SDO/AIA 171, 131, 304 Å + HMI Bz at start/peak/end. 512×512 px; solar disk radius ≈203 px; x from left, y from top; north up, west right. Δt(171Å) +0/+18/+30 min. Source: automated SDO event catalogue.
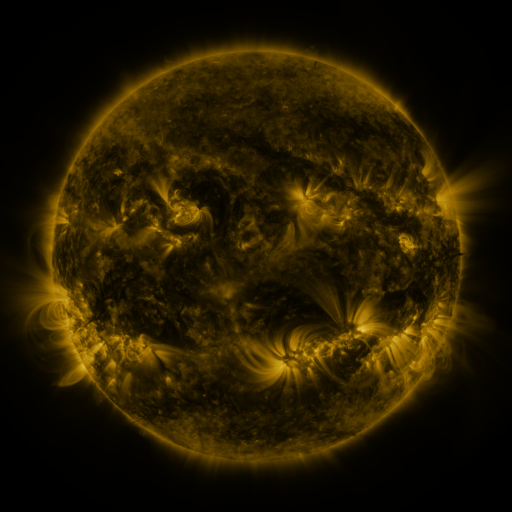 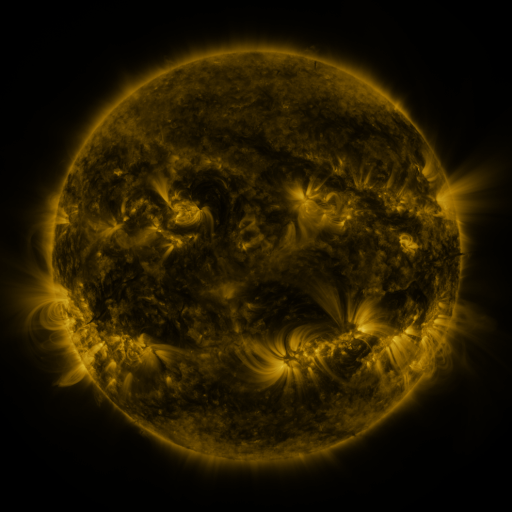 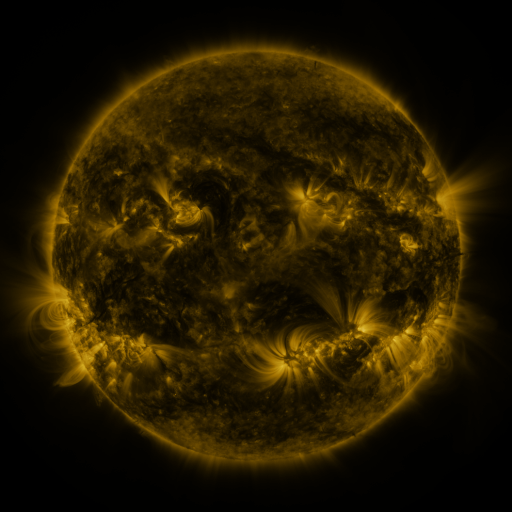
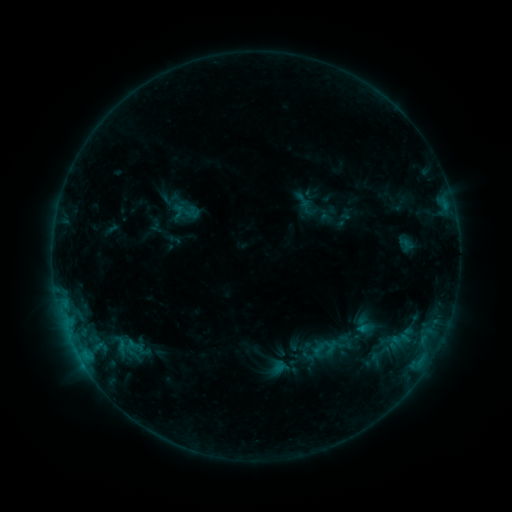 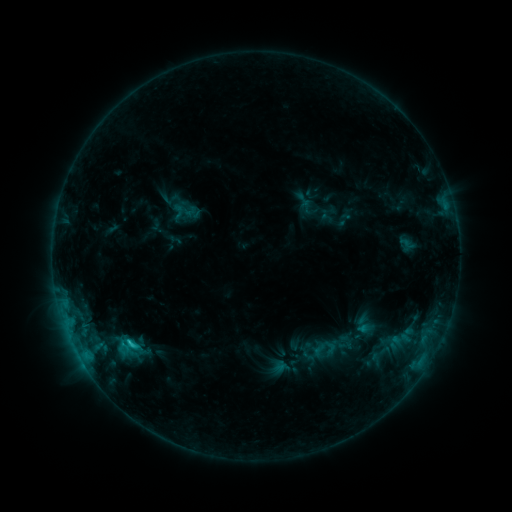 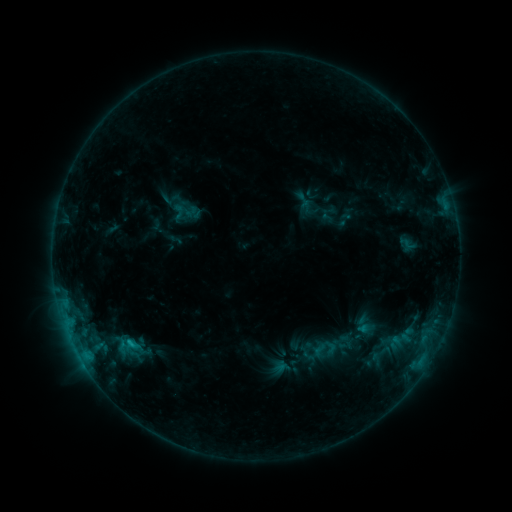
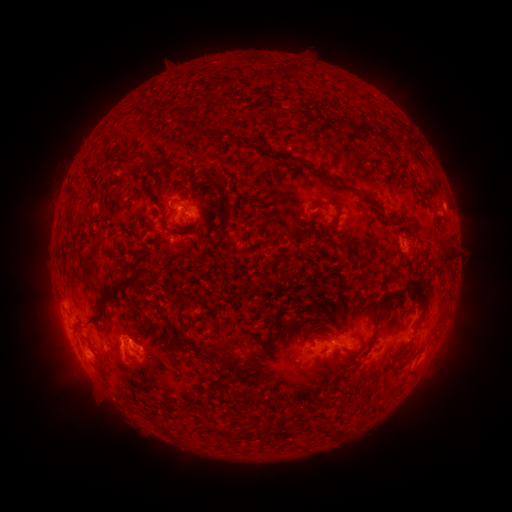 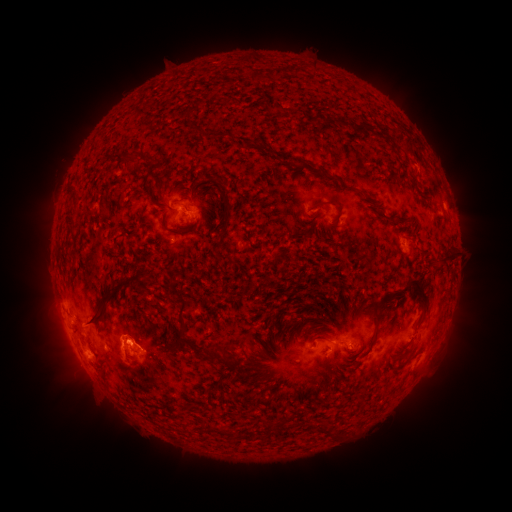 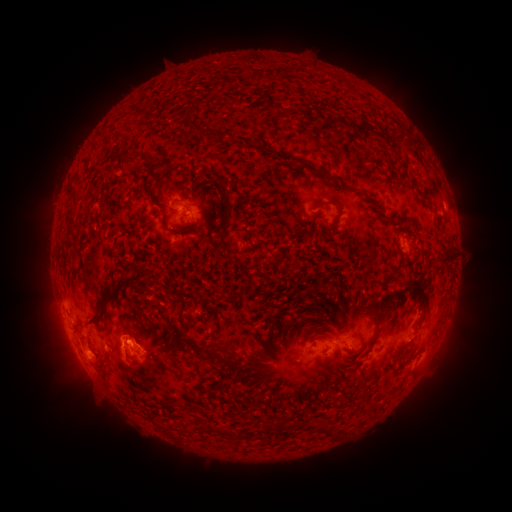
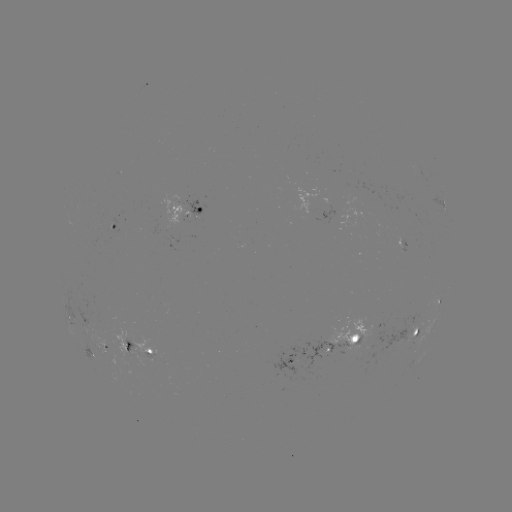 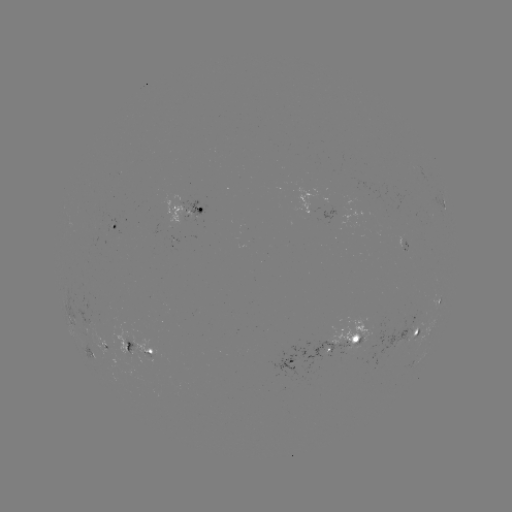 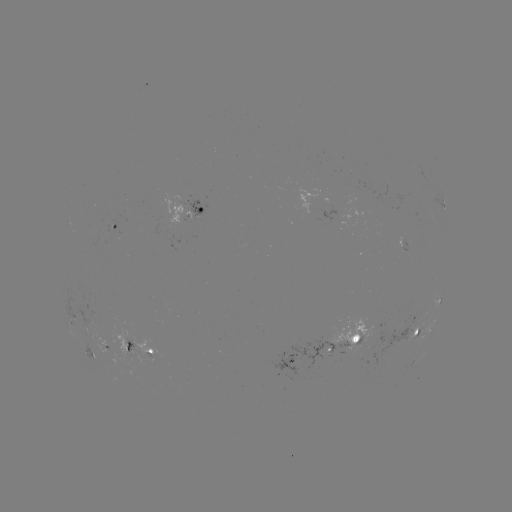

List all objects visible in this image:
C1.4 flare: (130, 340)
